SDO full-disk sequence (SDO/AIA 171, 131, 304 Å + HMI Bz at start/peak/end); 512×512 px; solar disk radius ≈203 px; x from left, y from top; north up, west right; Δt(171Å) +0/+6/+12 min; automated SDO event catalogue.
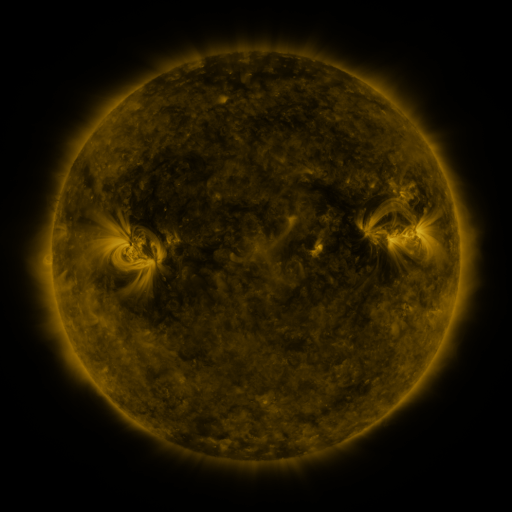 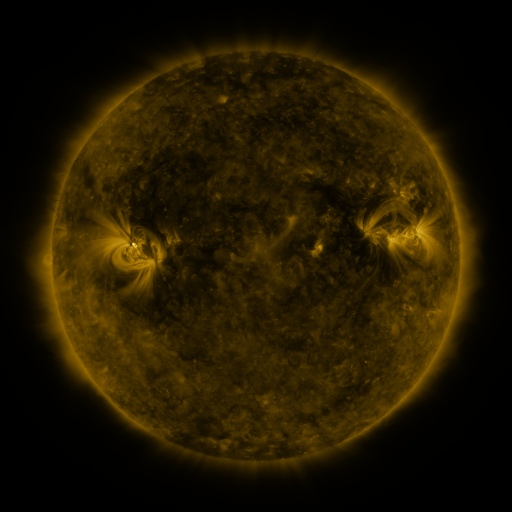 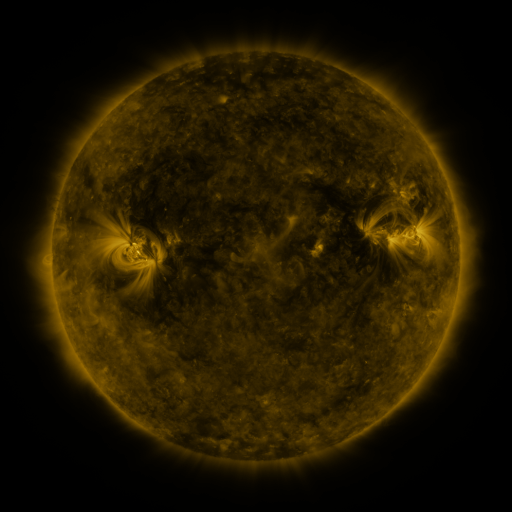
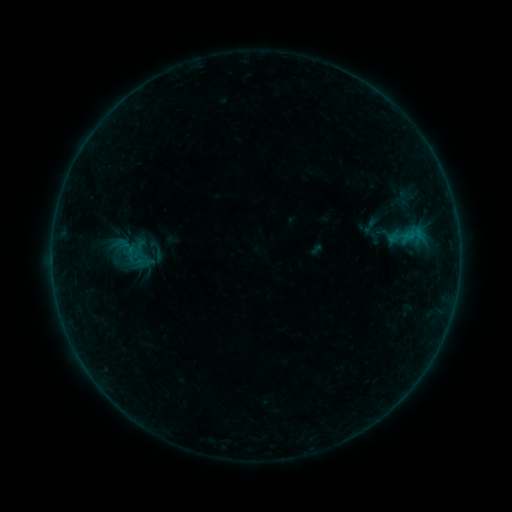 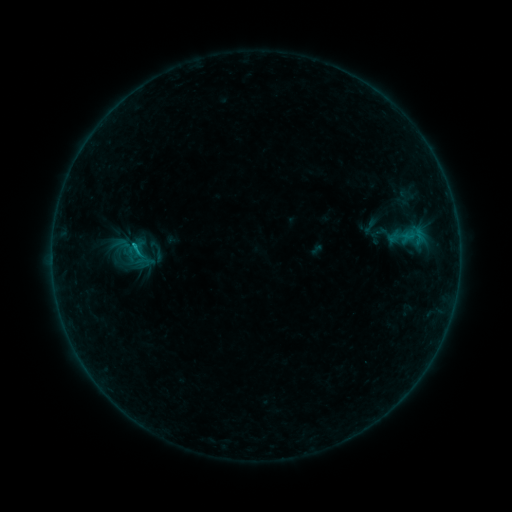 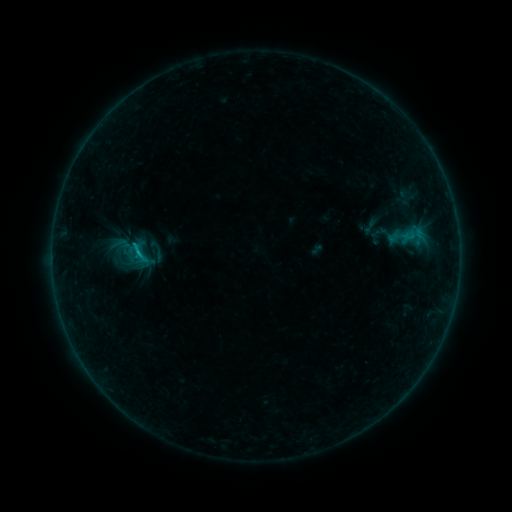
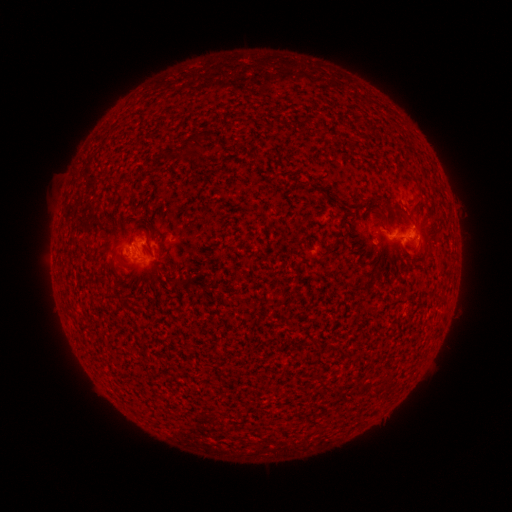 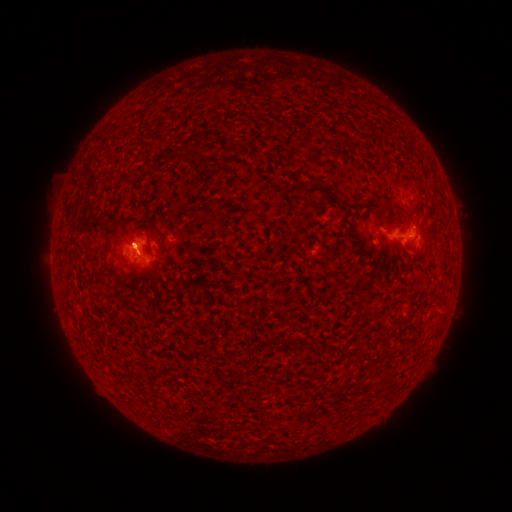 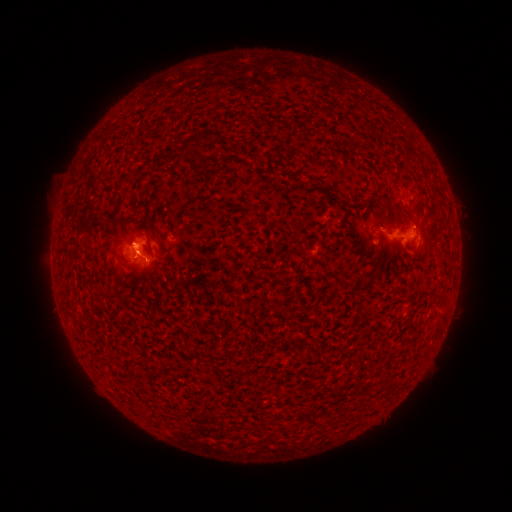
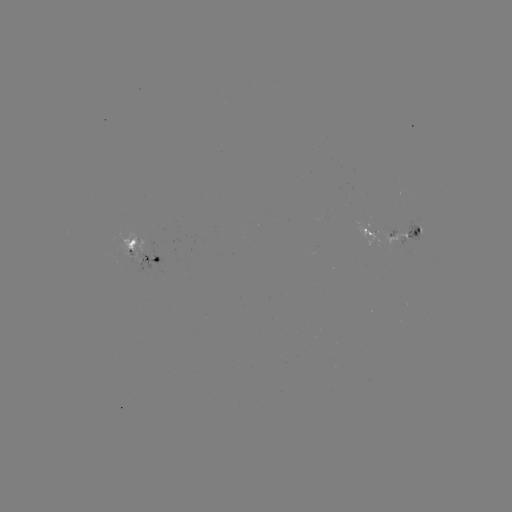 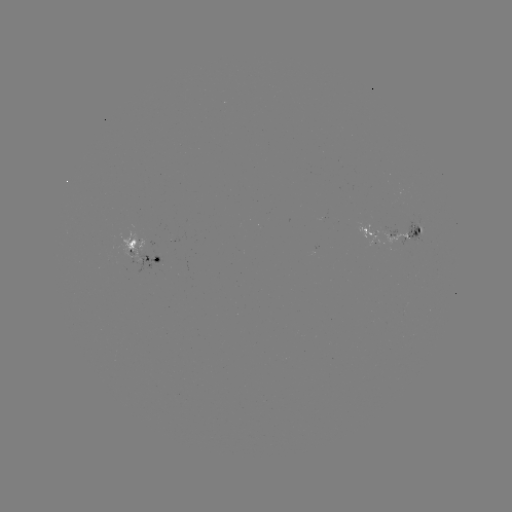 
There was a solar flare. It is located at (139, 255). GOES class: B8.1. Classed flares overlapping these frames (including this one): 1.